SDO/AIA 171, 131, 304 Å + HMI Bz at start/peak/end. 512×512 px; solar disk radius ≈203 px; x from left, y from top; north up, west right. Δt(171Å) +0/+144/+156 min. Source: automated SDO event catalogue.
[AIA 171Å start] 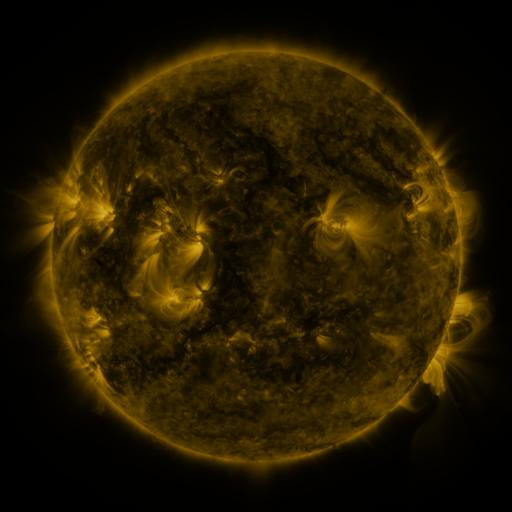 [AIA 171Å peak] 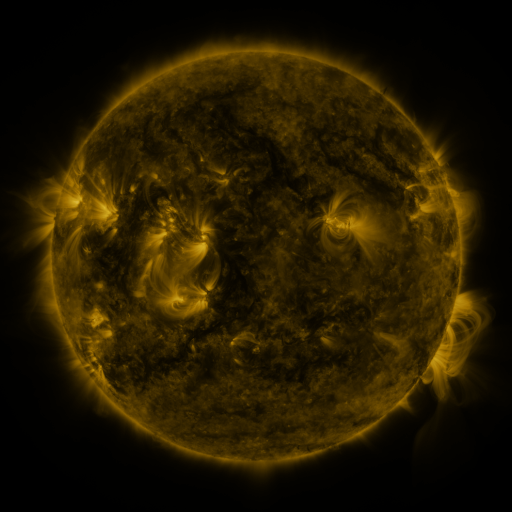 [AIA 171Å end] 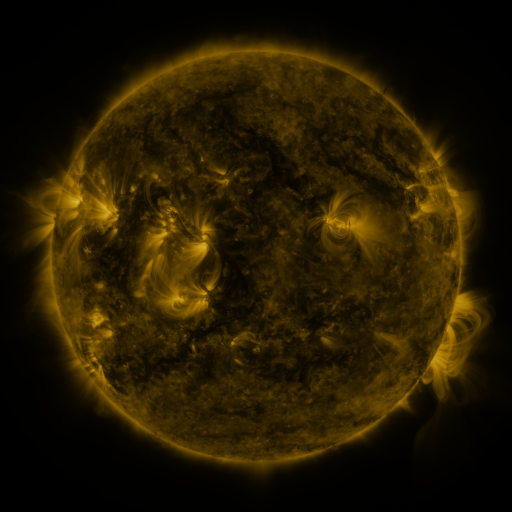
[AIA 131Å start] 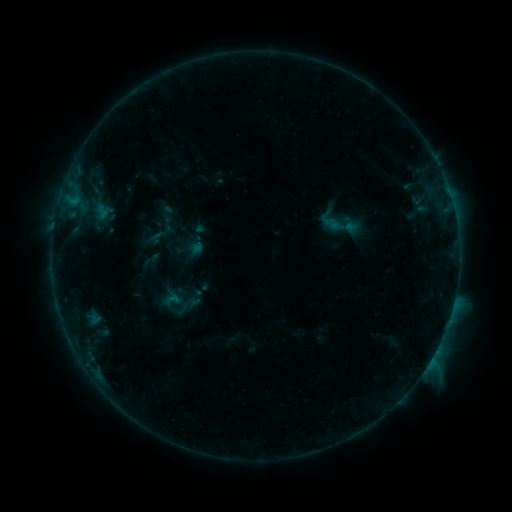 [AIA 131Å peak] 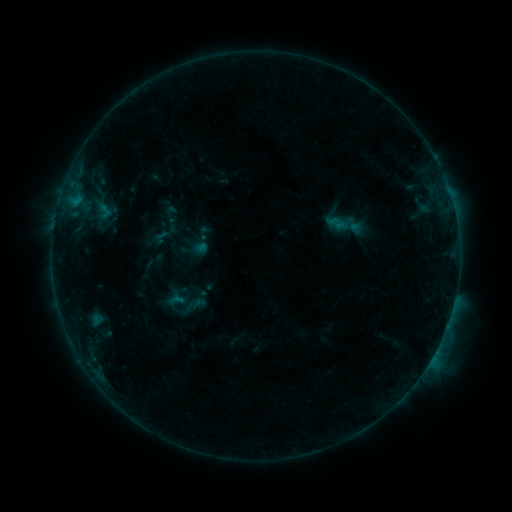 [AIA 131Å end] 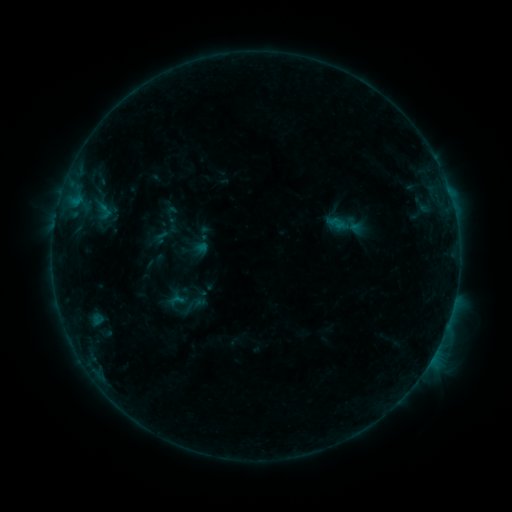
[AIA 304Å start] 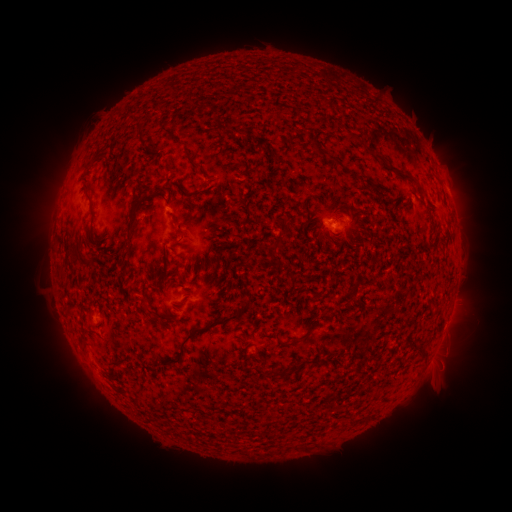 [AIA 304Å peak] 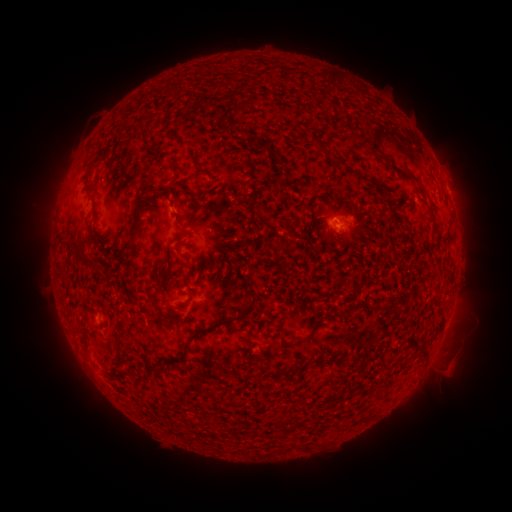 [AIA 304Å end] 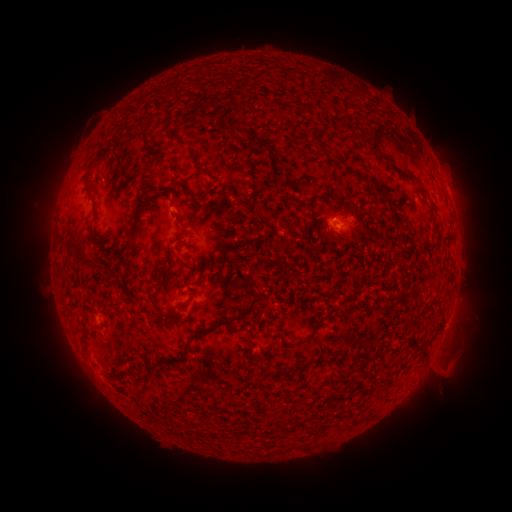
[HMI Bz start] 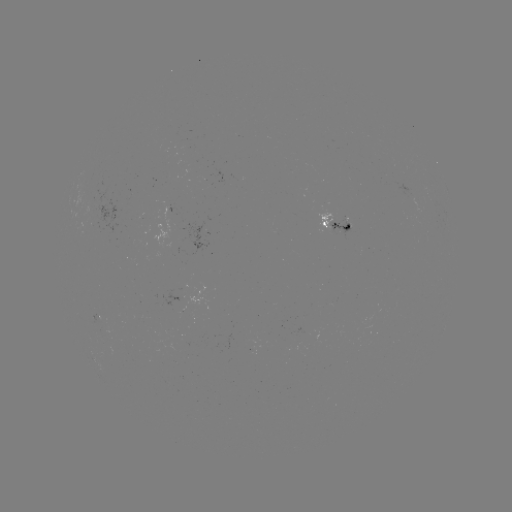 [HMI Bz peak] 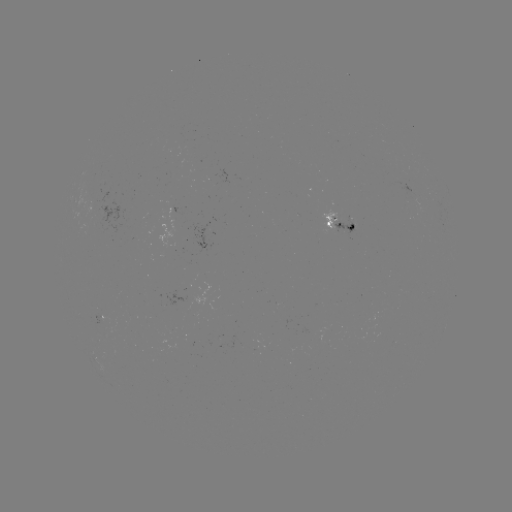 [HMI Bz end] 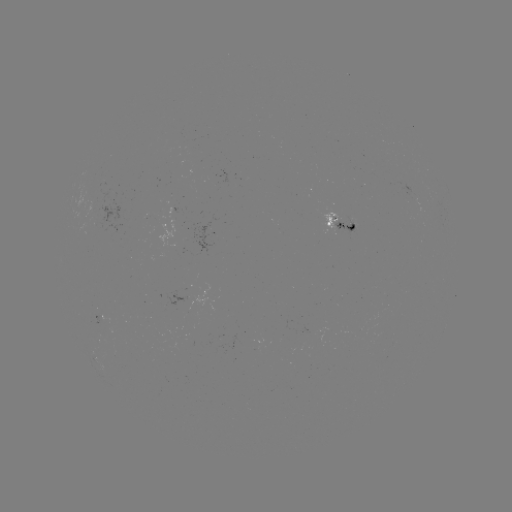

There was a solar emerging-flux region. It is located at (350, 223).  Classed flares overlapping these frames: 2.